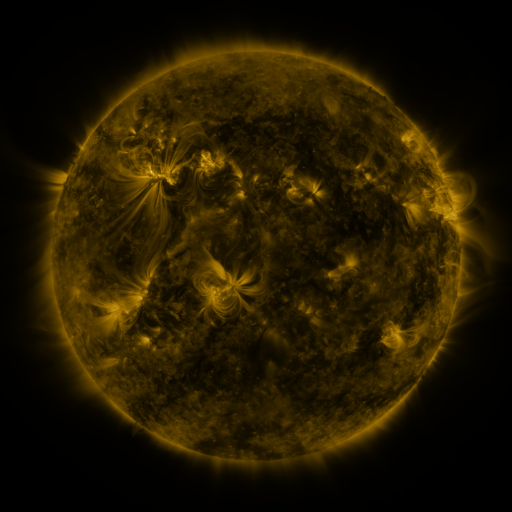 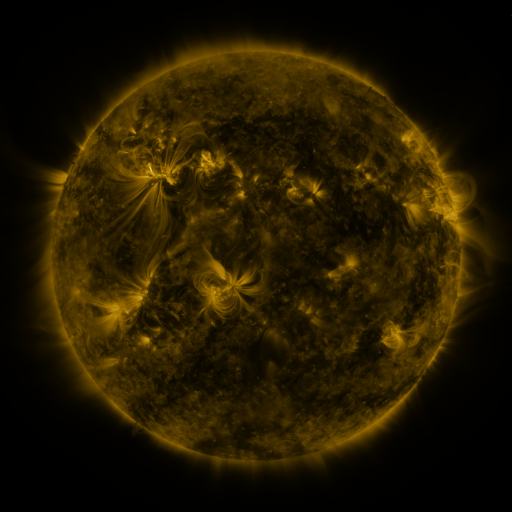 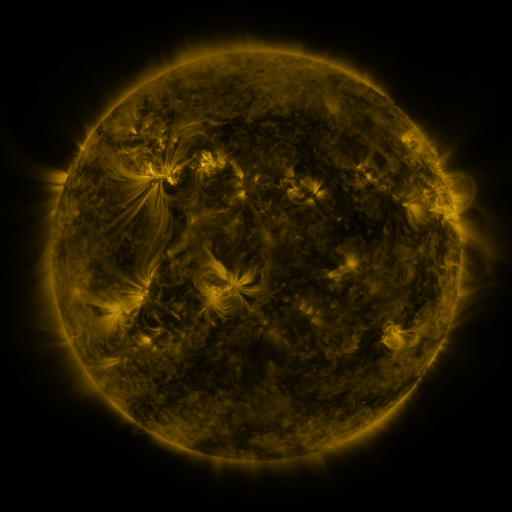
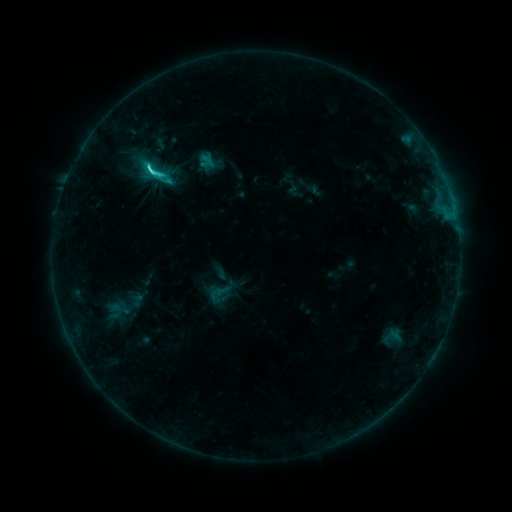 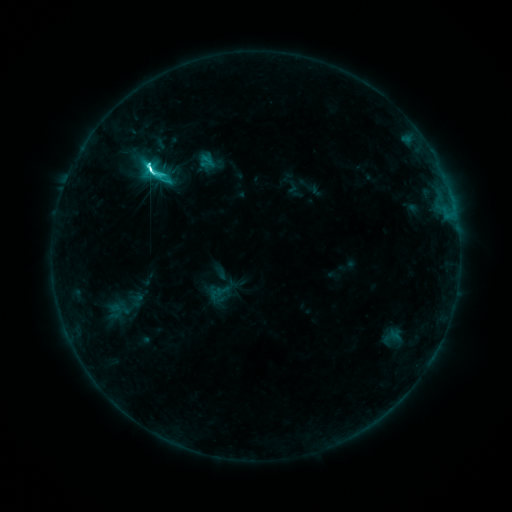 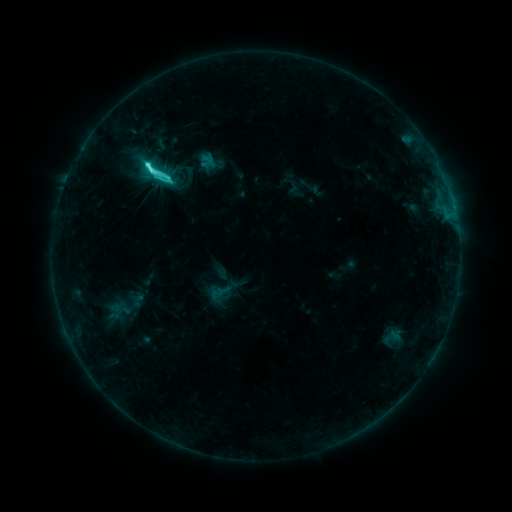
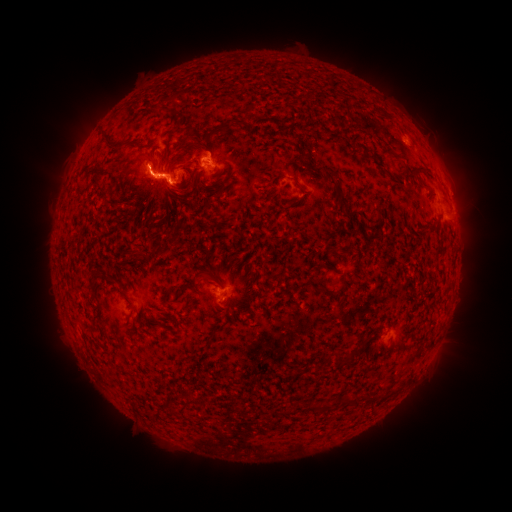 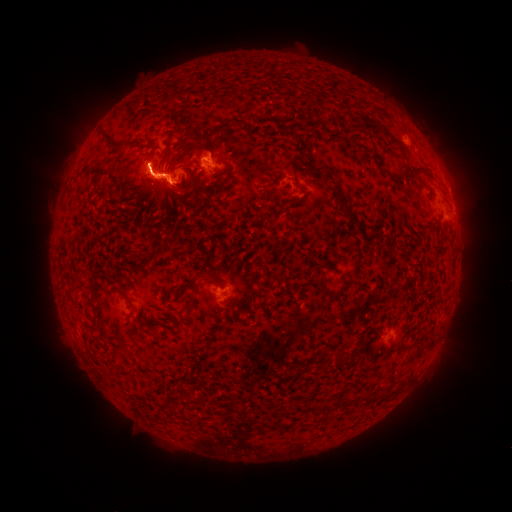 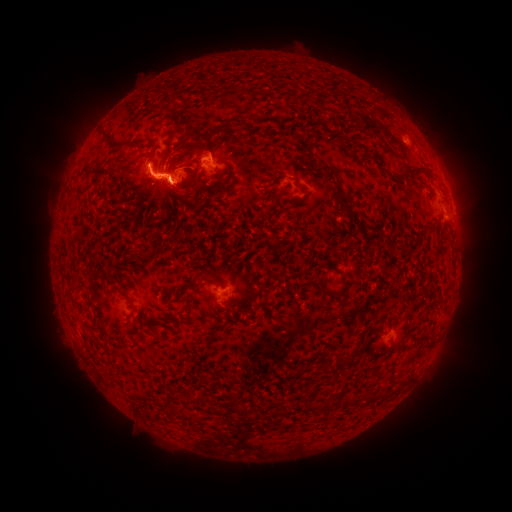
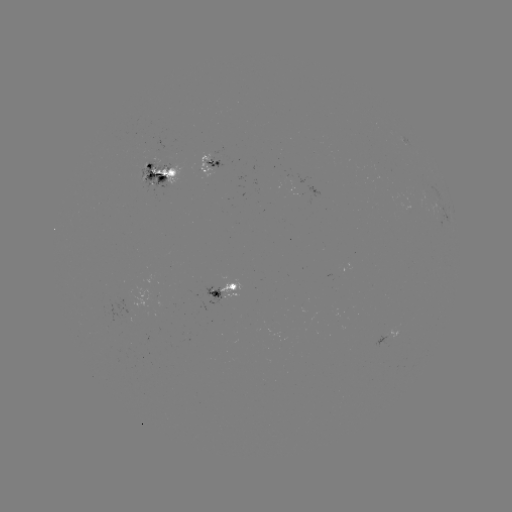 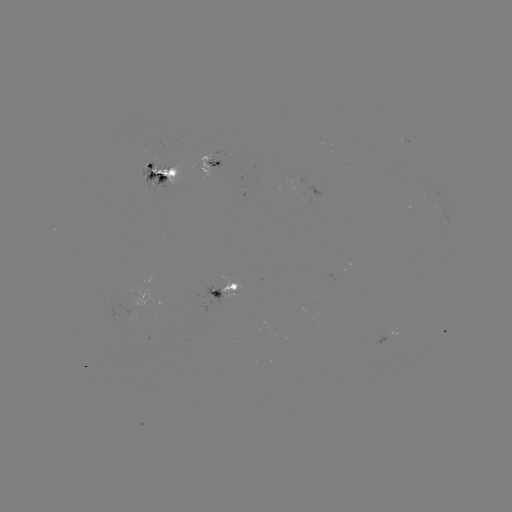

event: flare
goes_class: M1.0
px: (153, 169)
